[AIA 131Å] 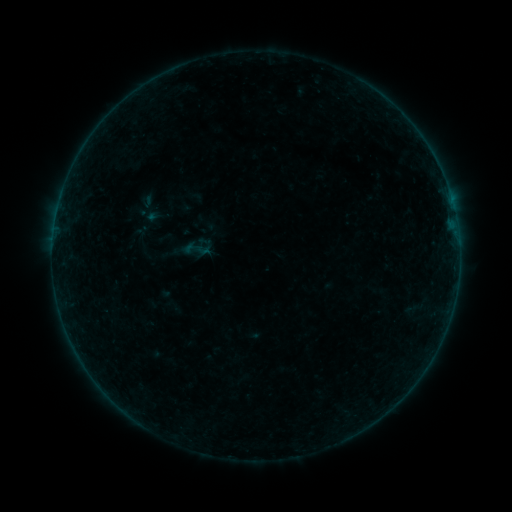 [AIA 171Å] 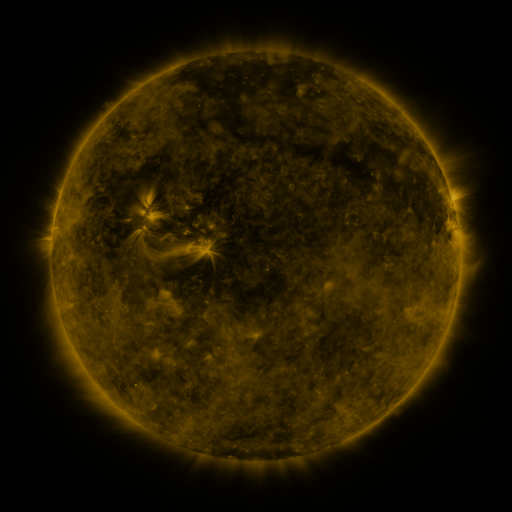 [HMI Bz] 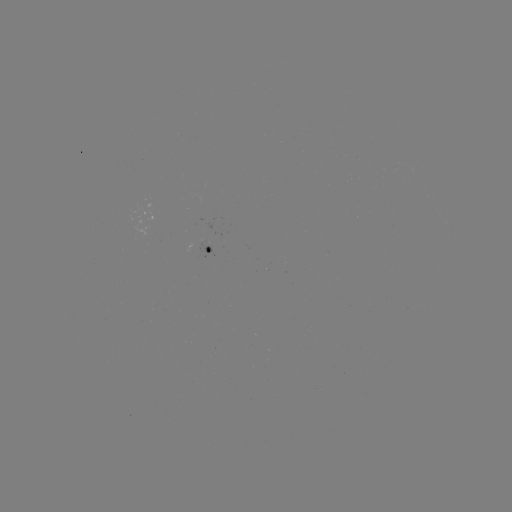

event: sigmoid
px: (198, 247)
